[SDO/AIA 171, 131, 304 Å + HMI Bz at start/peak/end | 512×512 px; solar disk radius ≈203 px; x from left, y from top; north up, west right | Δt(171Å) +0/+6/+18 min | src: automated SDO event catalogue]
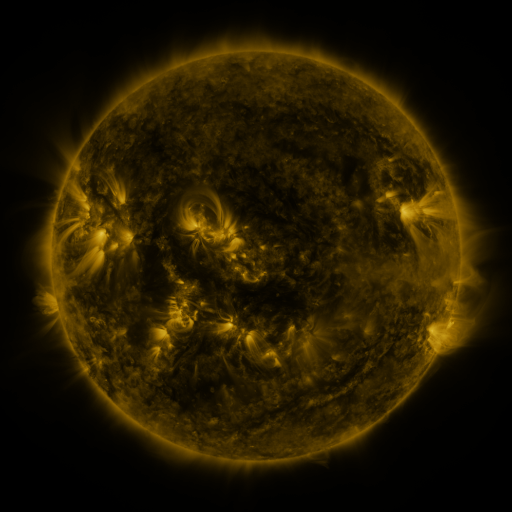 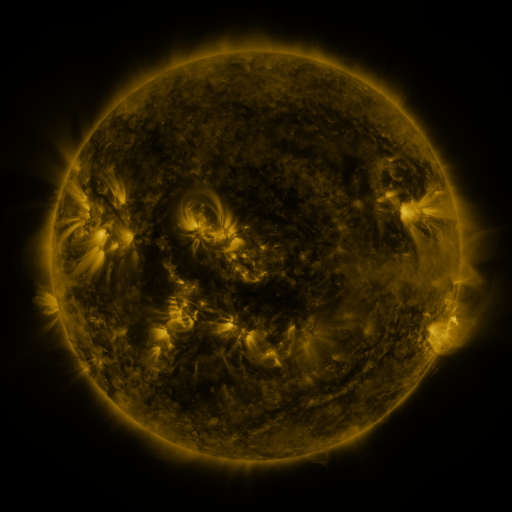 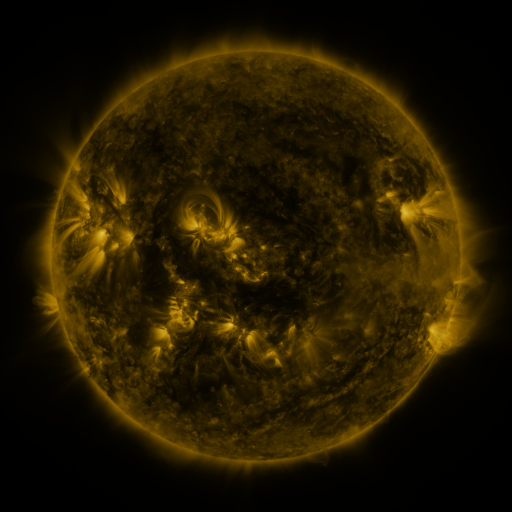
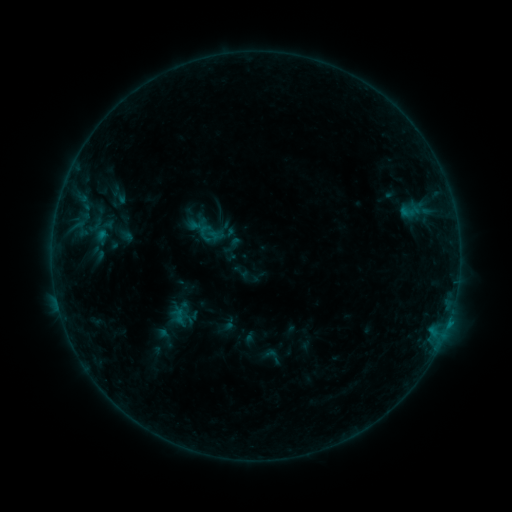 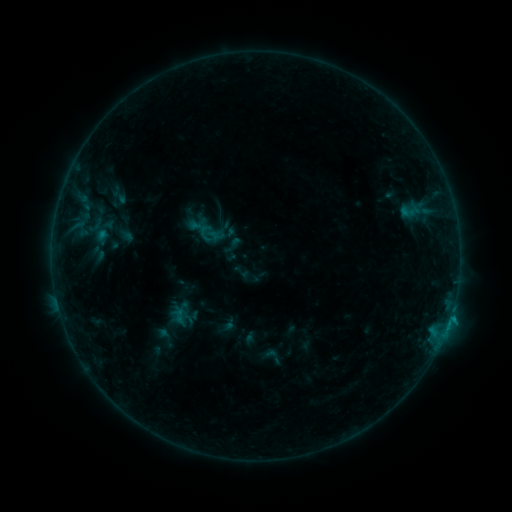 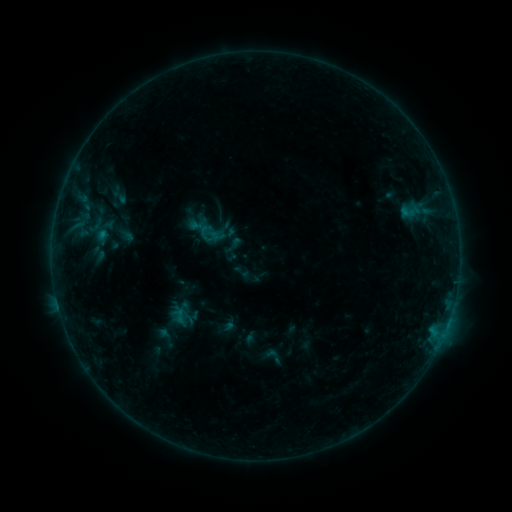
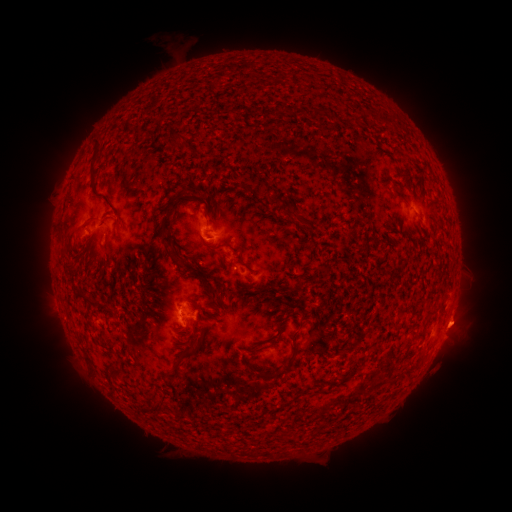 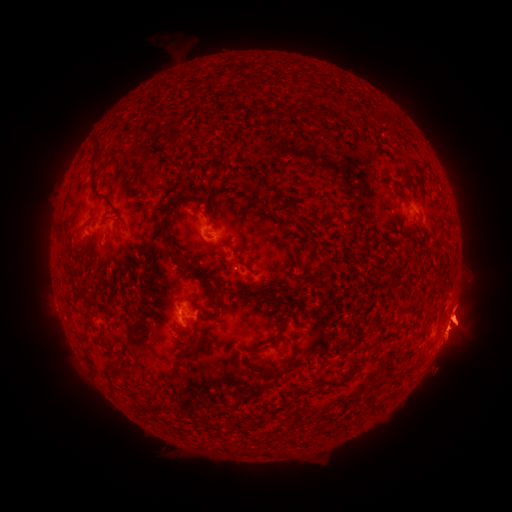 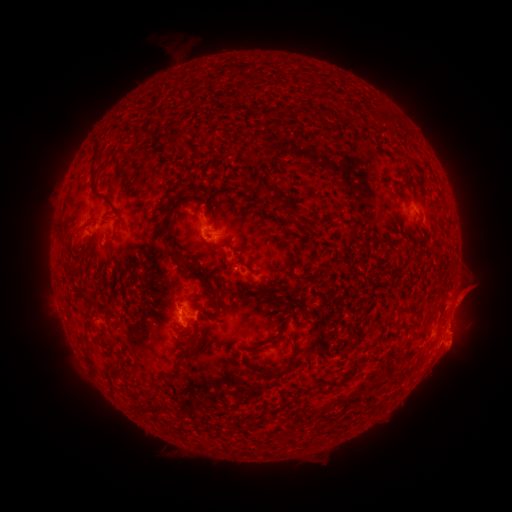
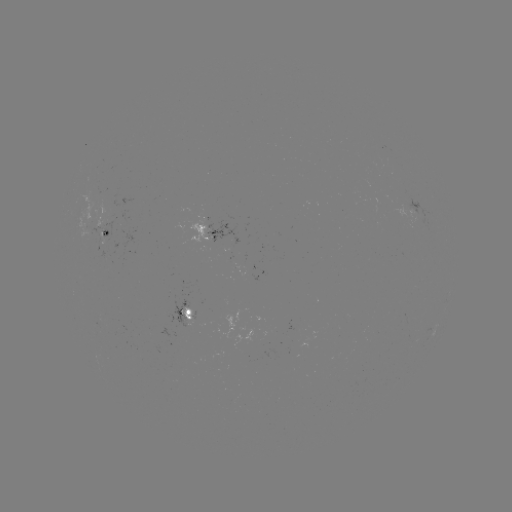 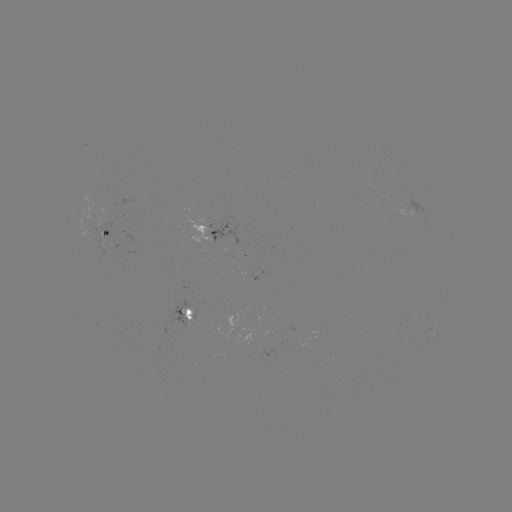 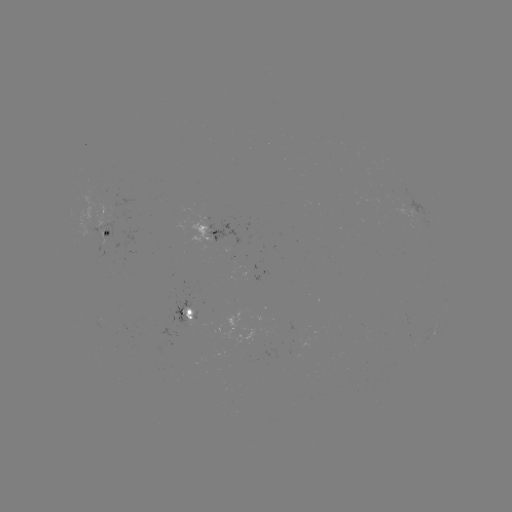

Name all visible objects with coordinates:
eruption: (458, 325)
